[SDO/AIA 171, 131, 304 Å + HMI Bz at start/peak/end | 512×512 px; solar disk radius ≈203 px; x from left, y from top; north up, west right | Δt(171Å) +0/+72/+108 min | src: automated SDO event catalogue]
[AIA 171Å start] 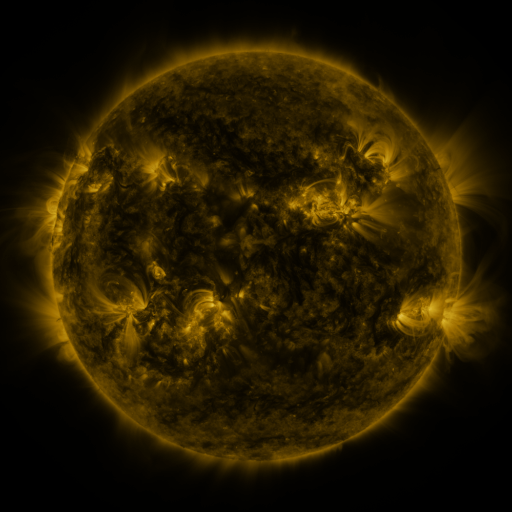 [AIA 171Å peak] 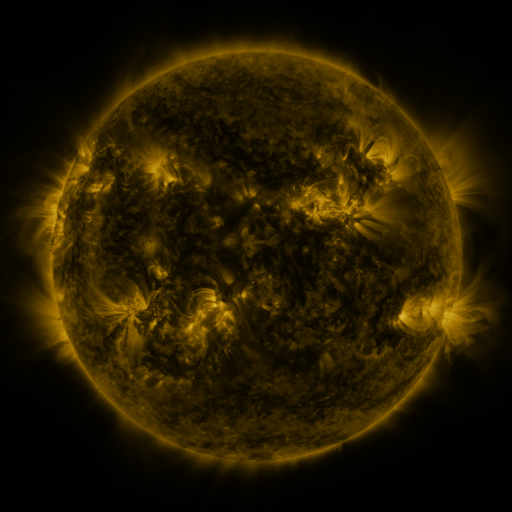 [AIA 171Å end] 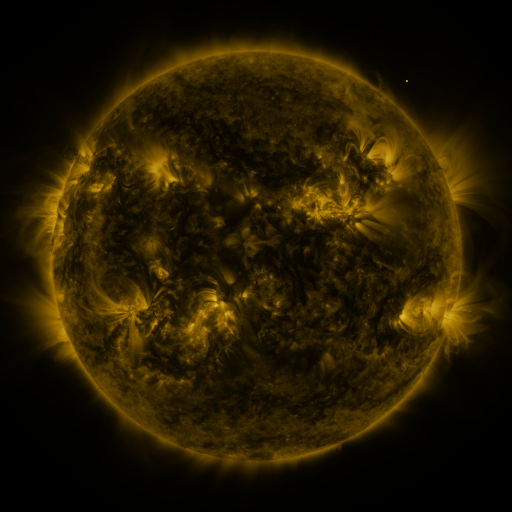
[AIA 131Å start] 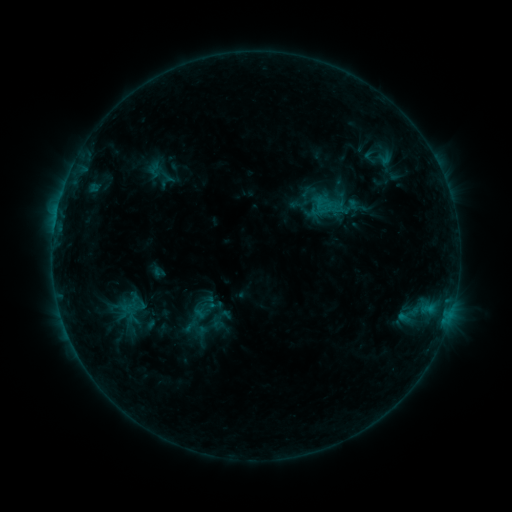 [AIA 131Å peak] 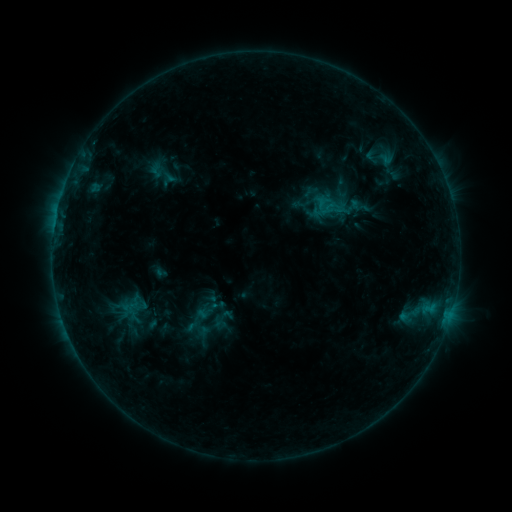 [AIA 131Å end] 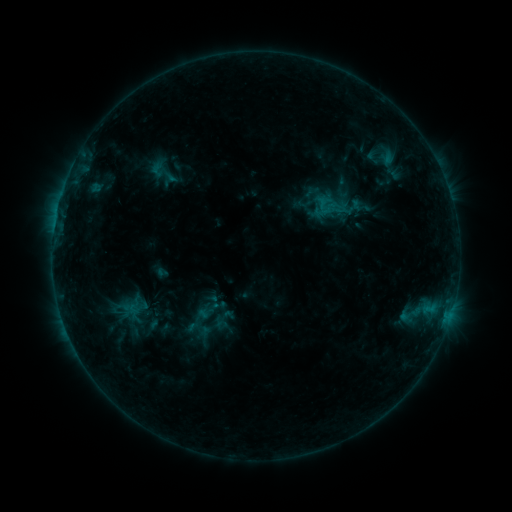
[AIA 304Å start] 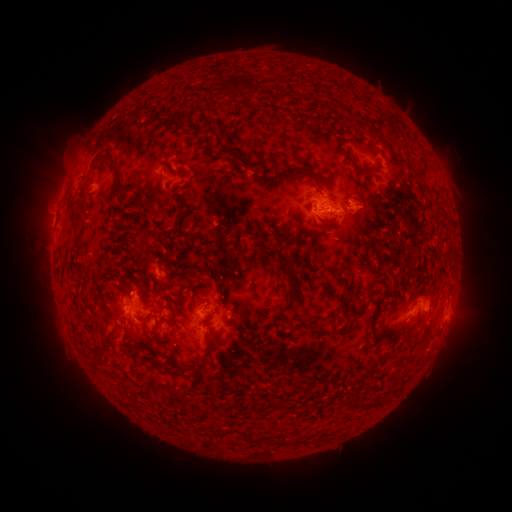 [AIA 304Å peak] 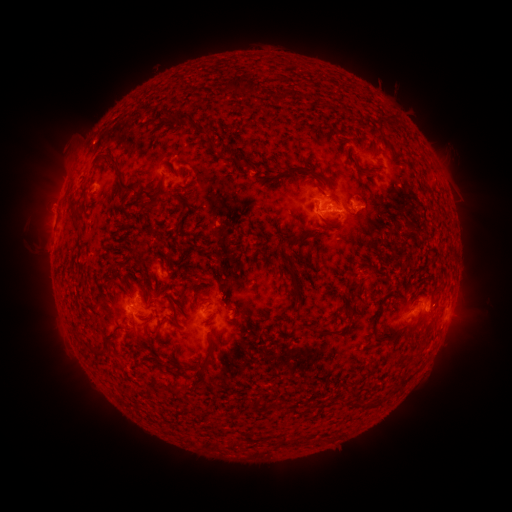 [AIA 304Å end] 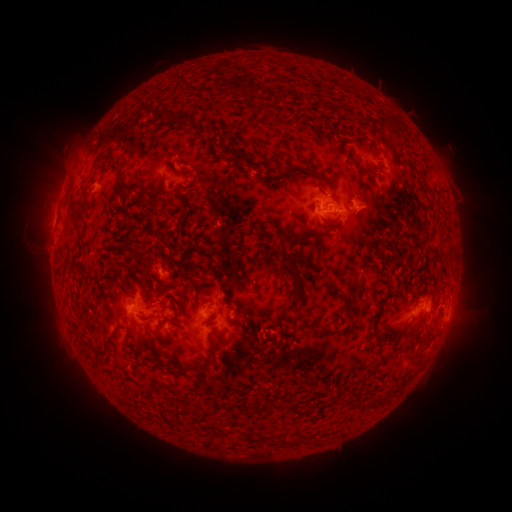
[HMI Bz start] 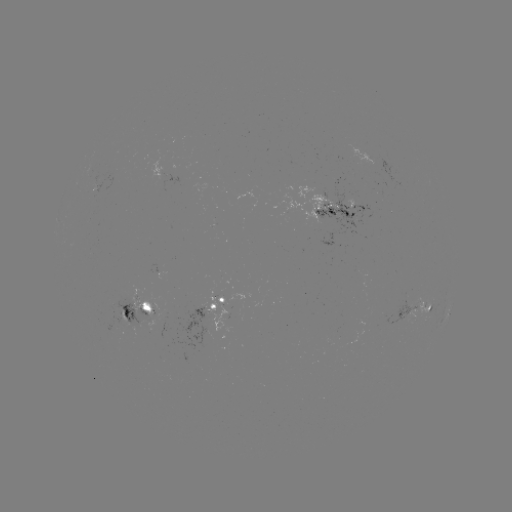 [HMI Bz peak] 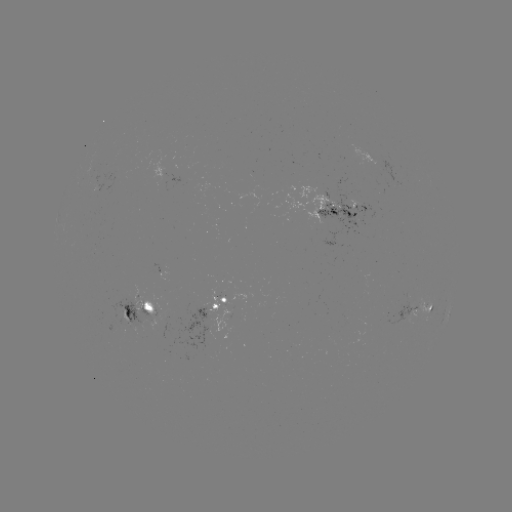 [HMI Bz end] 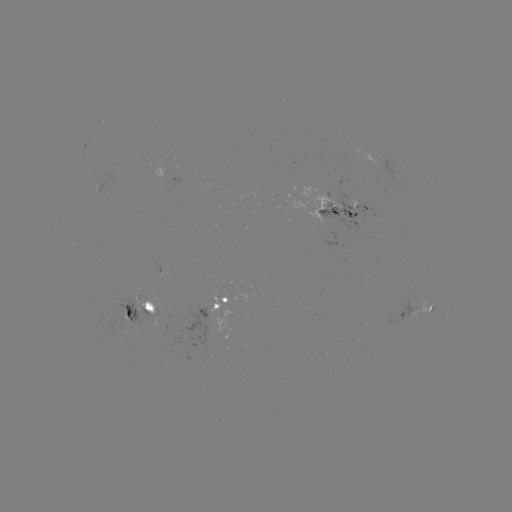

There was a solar emerging-flux region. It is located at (151, 310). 